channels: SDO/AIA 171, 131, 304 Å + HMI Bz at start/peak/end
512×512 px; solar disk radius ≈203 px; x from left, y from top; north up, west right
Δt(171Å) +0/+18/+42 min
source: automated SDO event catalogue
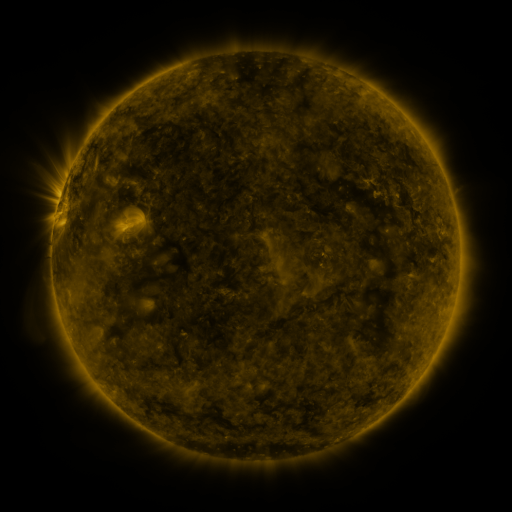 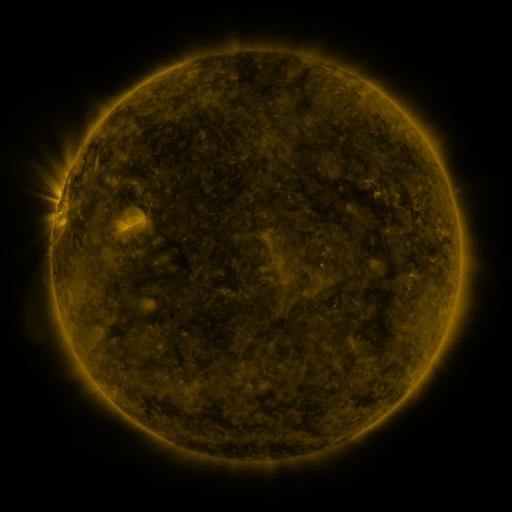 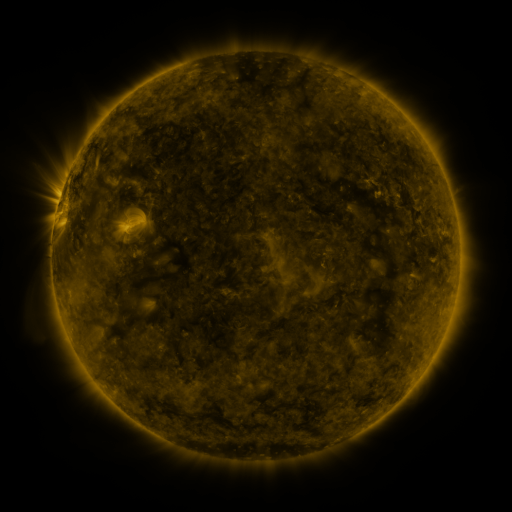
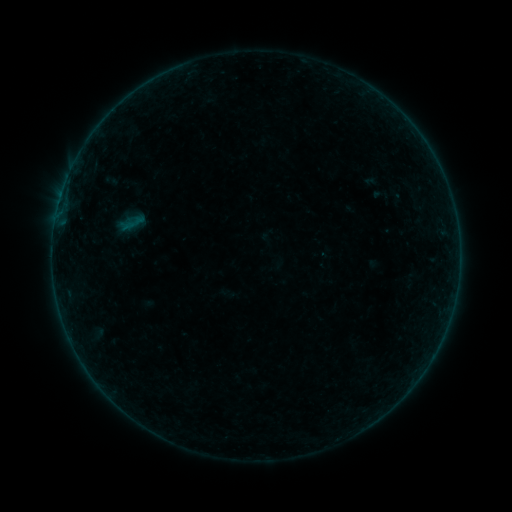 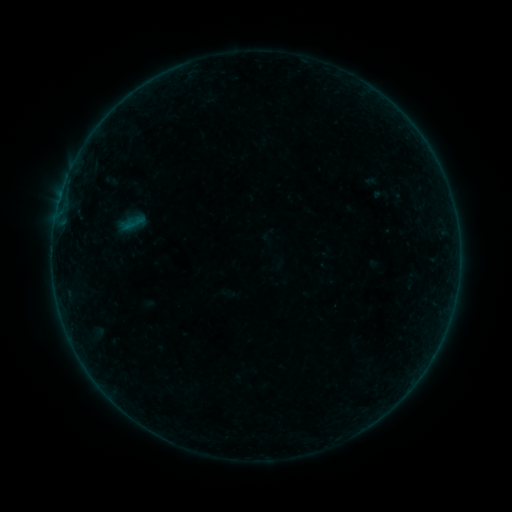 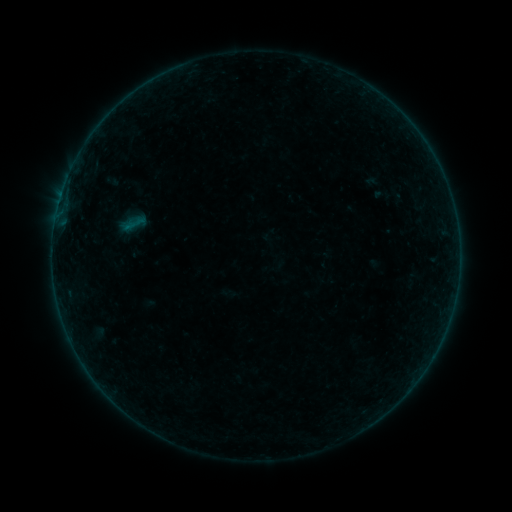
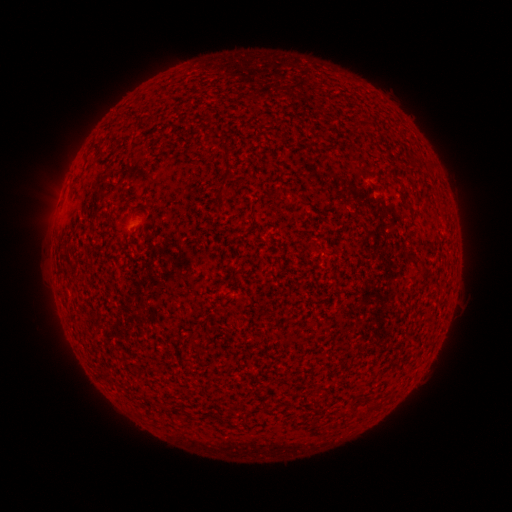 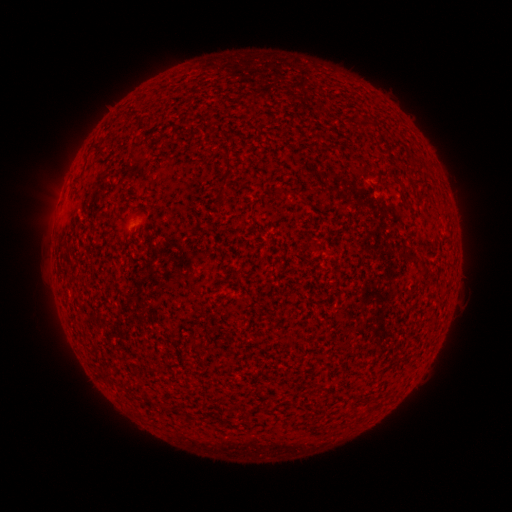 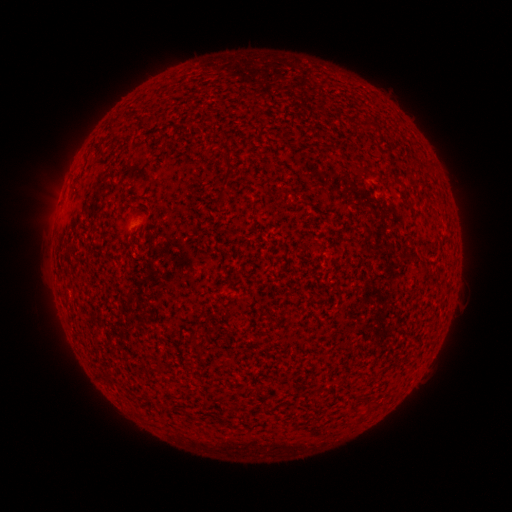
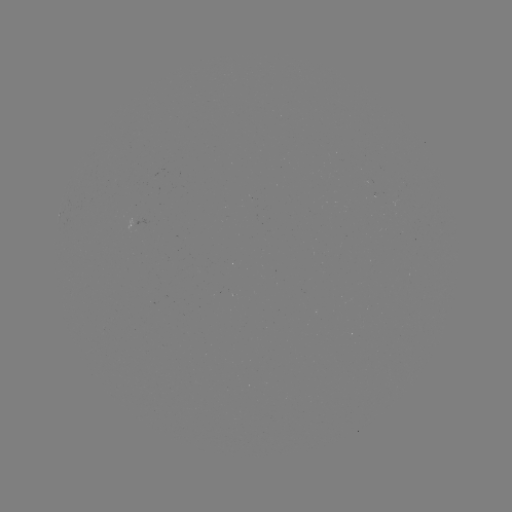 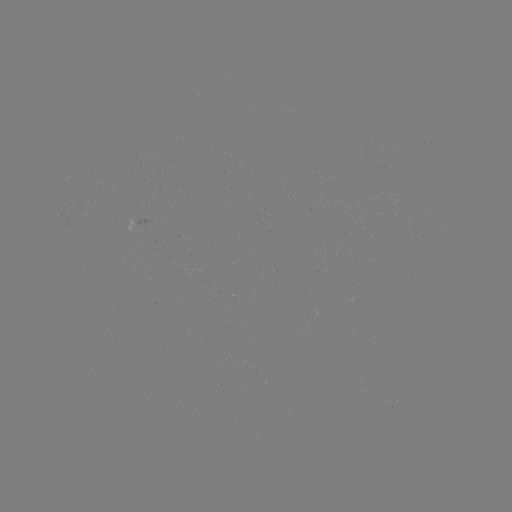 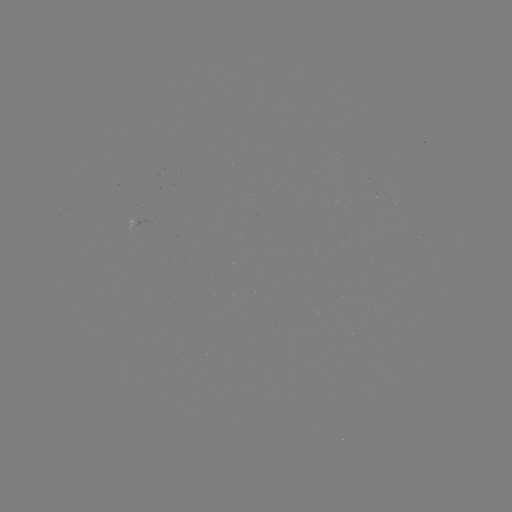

no flare in any classed list; no EUV-trigger detection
